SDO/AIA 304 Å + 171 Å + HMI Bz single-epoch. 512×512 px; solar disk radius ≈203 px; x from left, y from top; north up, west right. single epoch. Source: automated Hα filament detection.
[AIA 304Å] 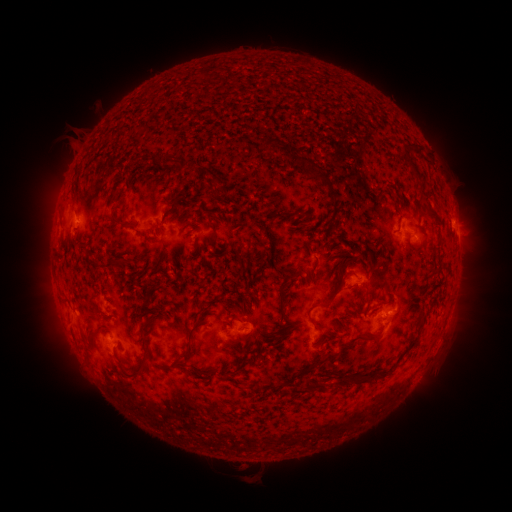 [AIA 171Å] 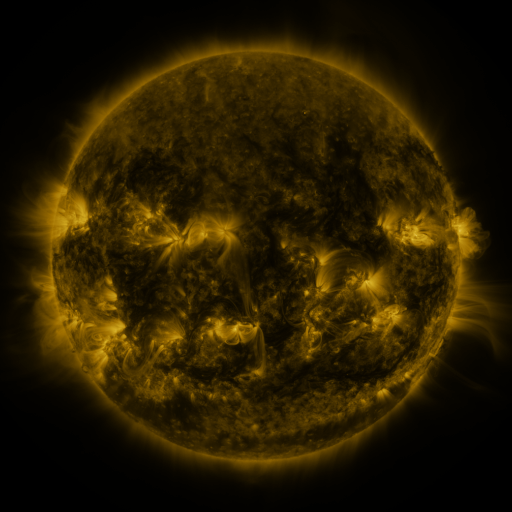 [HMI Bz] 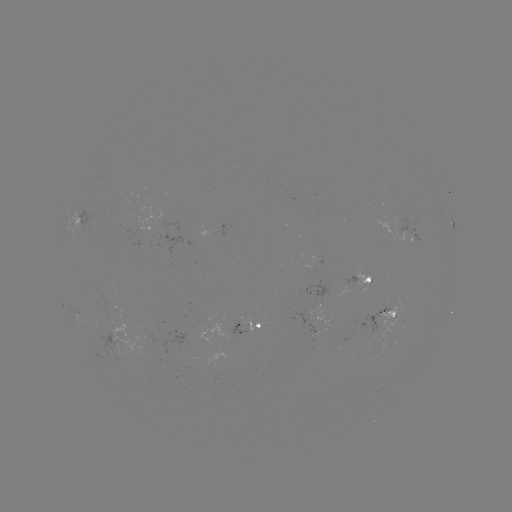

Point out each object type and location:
filament: <bbox>262, 136, 278, 149</bbox>
filament: <bbox>399, 142, 421, 179</bbox>
filament: <bbox>300, 155, 337, 208</bbox>
filament: <bbox>392, 195, 401, 210</bbox>
filament: <bbox>161, 198, 187, 220</bbox>
filament: <bbox>205, 209, 217, 248</bbox>
filament: <bbox>107, 214, 127, 230</bbox>
filament: <bbox>130, 228, 154, 243</bbox>
filament: <bbox>305, 236, 315, 252</bbox>
filament: <bbox>117, 238, 131, 250</bbox>
filament: <bbox>258, 248, 268, 264</bbox>
filament: <bbox>364, 250, 375, 270</bbox>
filament: <bbox>333, 255, 354, 271</bbox>
filament: <bbox>99, 257, 124, 283</bbox>
filament: <bbox>316, 268, 357, 306</bbox>
filament: <bbox>276, 275, 292, 325</bbox>
filament: <bbox>136, 288, 160, 315</bbox>
filament: <bbox>307, 305, 316, 325</bbox>
filament: <bbox>176, 307, 211, 366</bbox>
filament: <bbox>157, 309, 168, 318</bbox>
filament: <bbox>337, 311, 348, 331</bbox>
filament: <bbox>141, 312, 162, 336</bbox>
filament: <bbox>67, 314, 73, 323</bbox>
filament: <bbox>263, 322, 299, 342</bbox>
filament: <bbox>338, 329, 381, 350</bbox>
filament: <bbox>245, 337, 254, 354</bbox>
filament: <bbox>308, 350, 338, 372</bbox>
filament: <bbox>117, 357, 148, 380</bbox>
filament: <bbox>335, 371, 365, 386</bbox>
filament: <bbox>220, 372, 236, 381</bbox>
filament: <bbox>305, 377, 328, 393</bbox>
filament: <bbox>279, 378, 298, 387</bbox>
